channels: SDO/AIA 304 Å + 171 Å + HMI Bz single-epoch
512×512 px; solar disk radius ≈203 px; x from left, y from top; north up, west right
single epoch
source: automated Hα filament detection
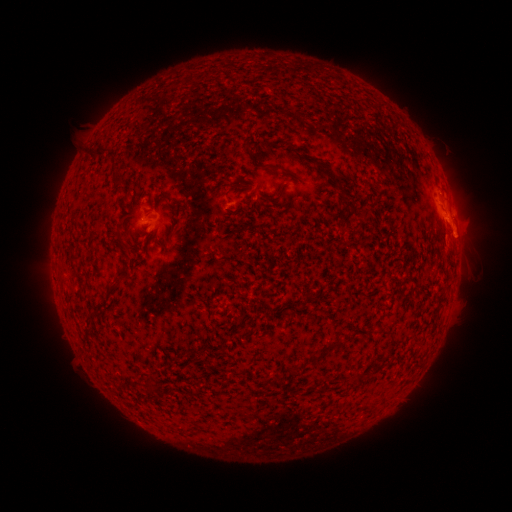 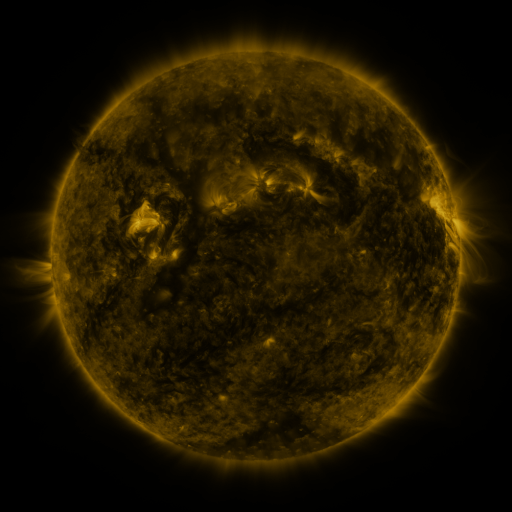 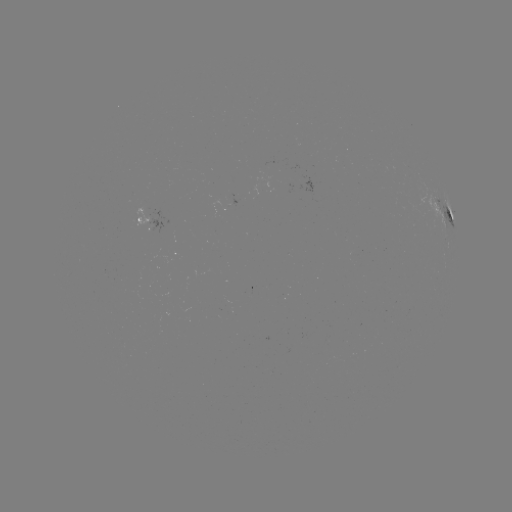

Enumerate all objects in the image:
filament: (282, 169)
filament: (116, 175)
filament: (337, 184)
filament: (177, 226)
filament: (124, 273)
filament: (331, 342)
filament: (314, 358)
filament: (149, 386)
